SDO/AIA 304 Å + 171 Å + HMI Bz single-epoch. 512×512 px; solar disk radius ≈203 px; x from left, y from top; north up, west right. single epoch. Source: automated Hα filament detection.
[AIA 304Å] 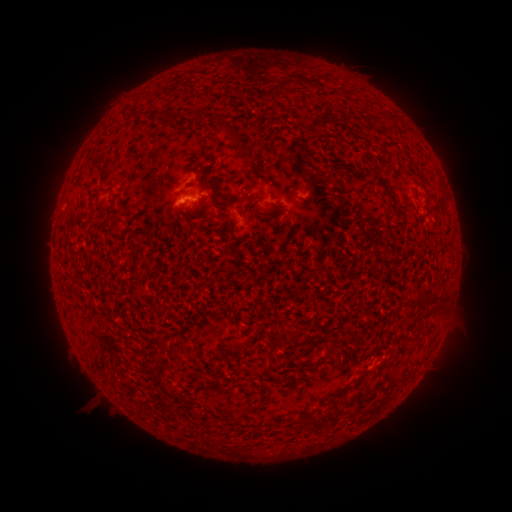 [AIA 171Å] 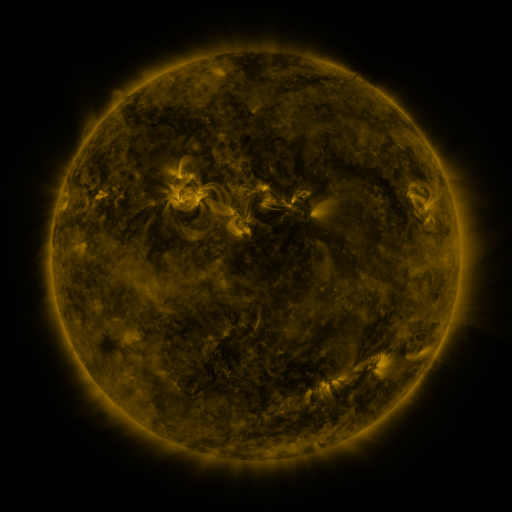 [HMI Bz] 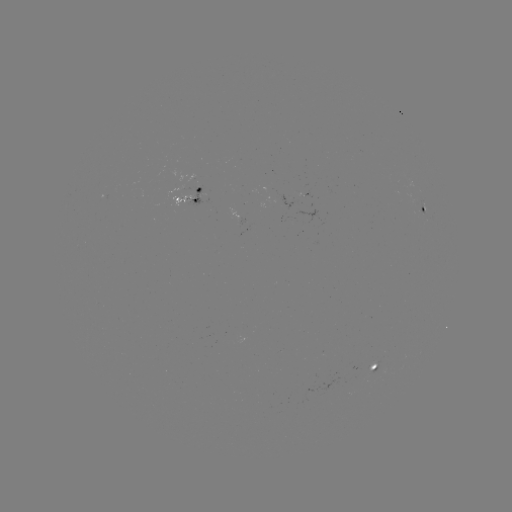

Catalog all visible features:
filament: (287, 84)
filament: (163, 114)
filament: (233, 129)
filament: (239, 143)
filament: (273, 194)
filament: (217, 370)
filament: (196, 385)
